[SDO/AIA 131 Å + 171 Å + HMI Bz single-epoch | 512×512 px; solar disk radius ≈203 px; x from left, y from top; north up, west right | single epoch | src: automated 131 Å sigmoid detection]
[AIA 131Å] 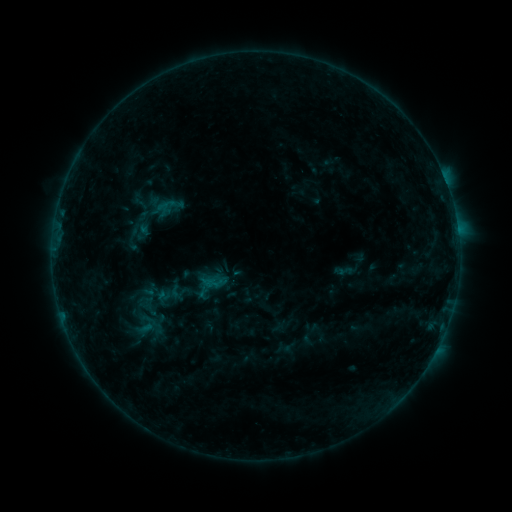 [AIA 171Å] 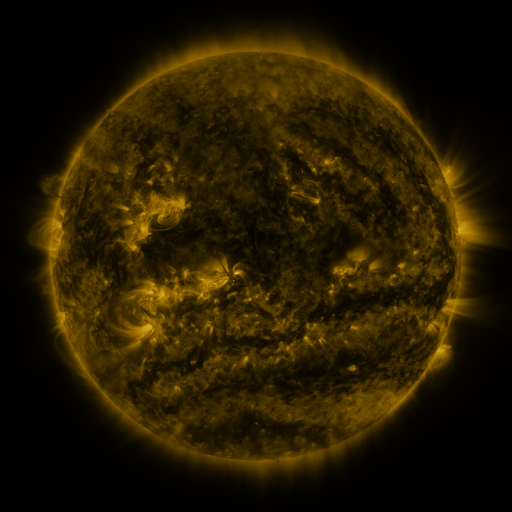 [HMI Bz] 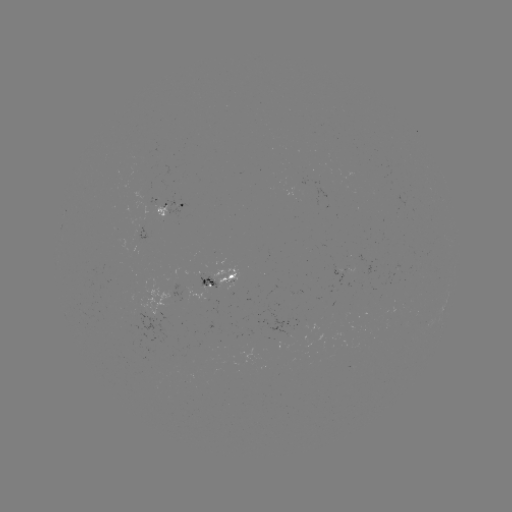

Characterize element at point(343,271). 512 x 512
sigmoid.